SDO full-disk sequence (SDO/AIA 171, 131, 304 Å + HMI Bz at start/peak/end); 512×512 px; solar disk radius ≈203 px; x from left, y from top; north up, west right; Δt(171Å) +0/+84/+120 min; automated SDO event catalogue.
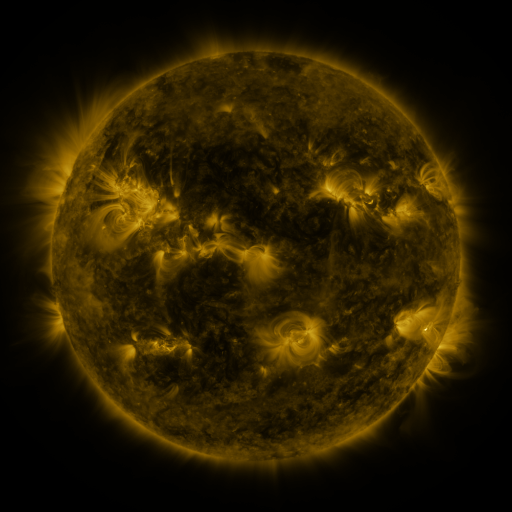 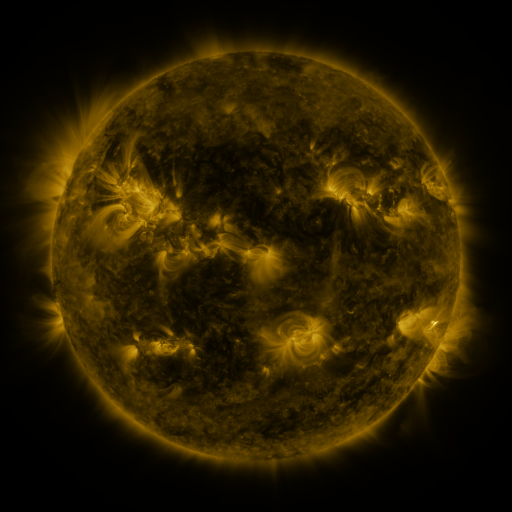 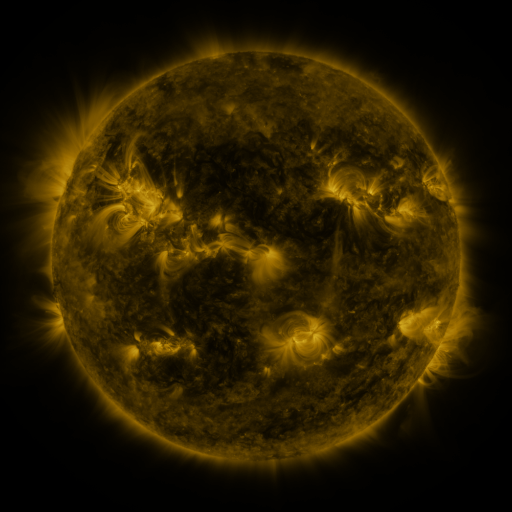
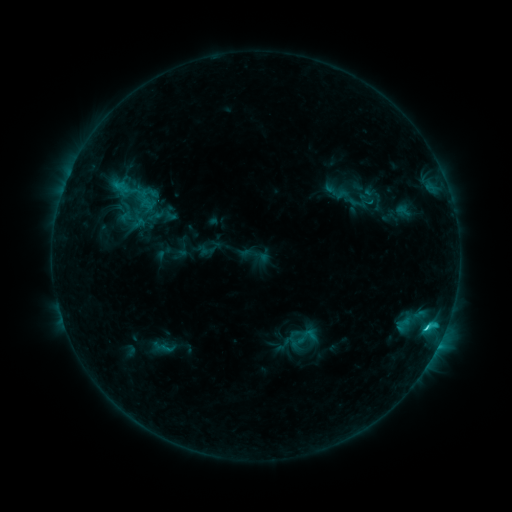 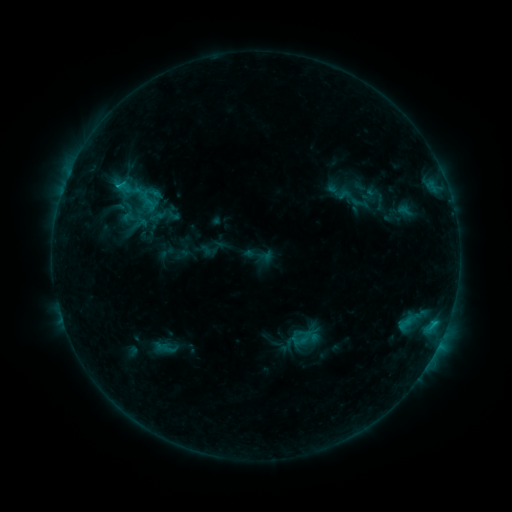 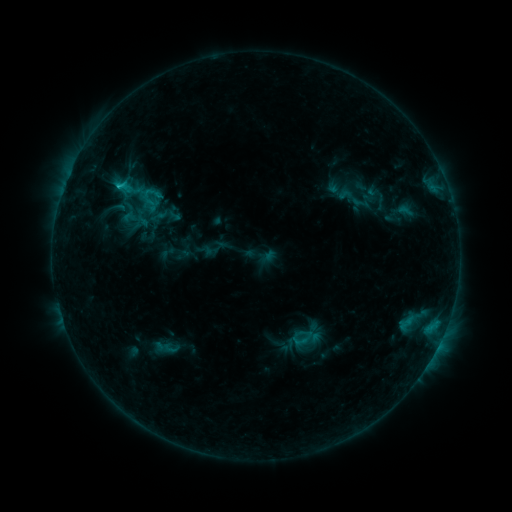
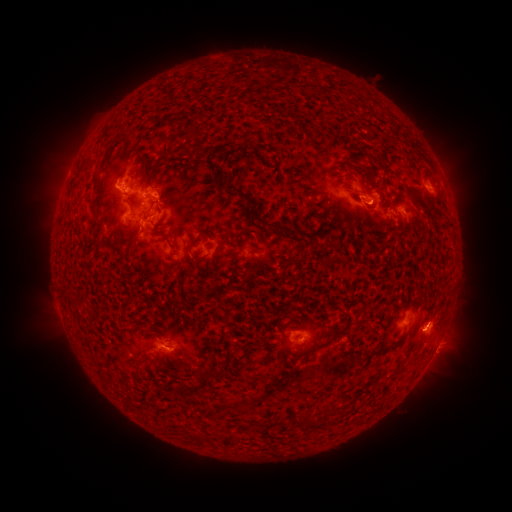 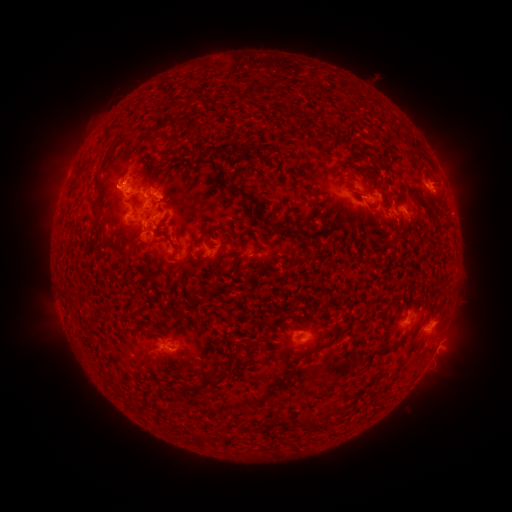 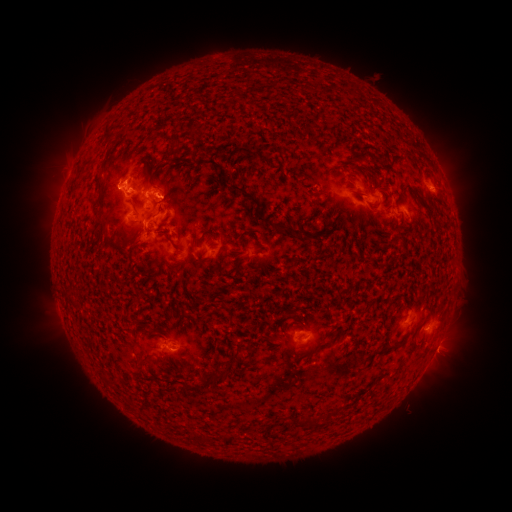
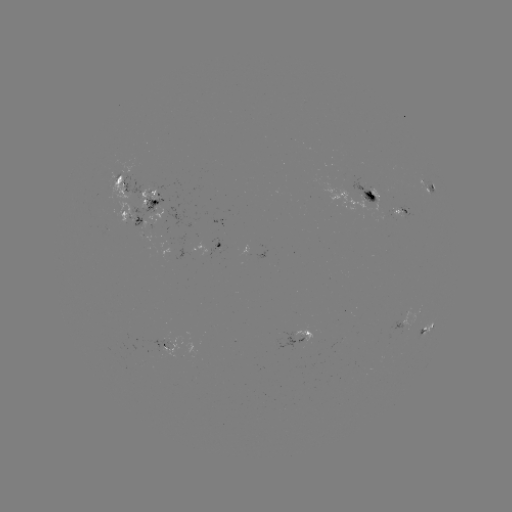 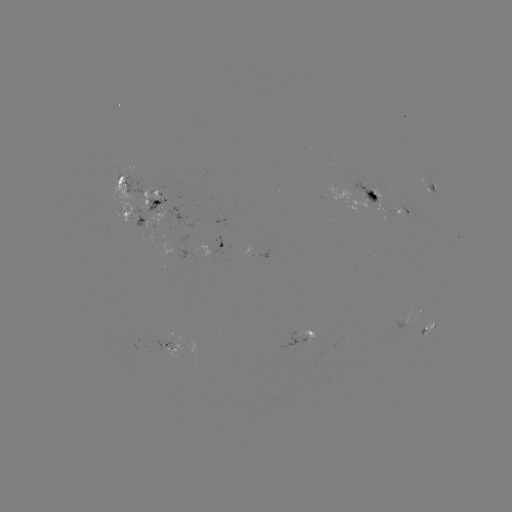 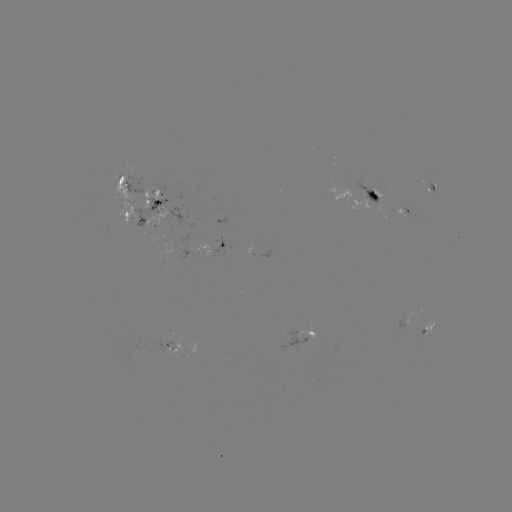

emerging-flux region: (152, 337, 176, 353)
